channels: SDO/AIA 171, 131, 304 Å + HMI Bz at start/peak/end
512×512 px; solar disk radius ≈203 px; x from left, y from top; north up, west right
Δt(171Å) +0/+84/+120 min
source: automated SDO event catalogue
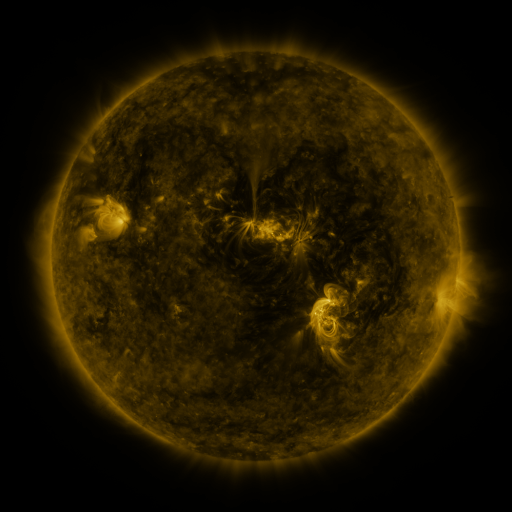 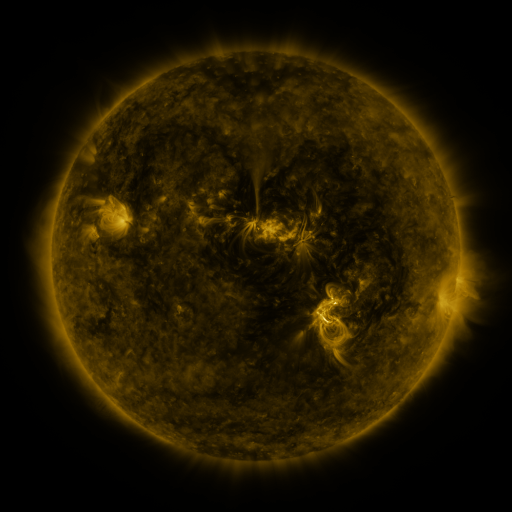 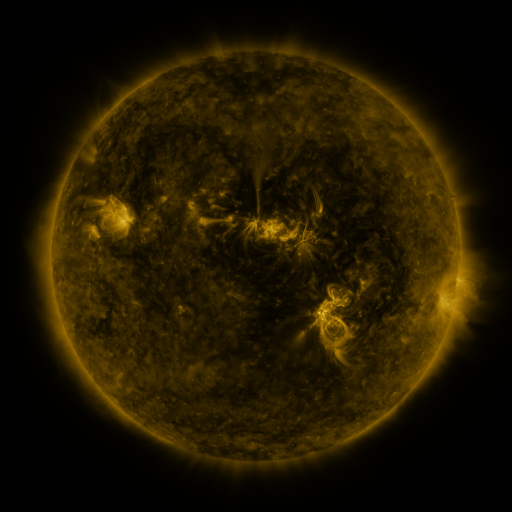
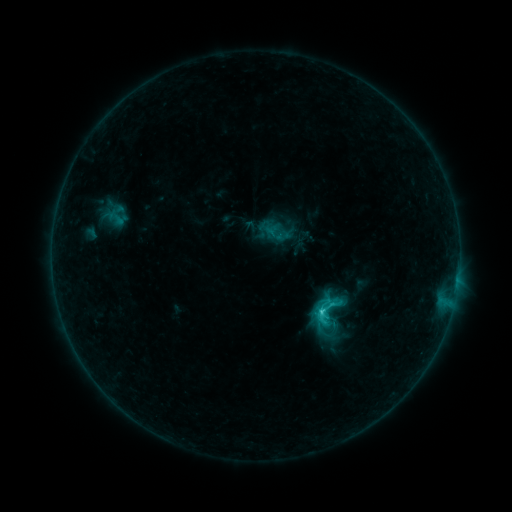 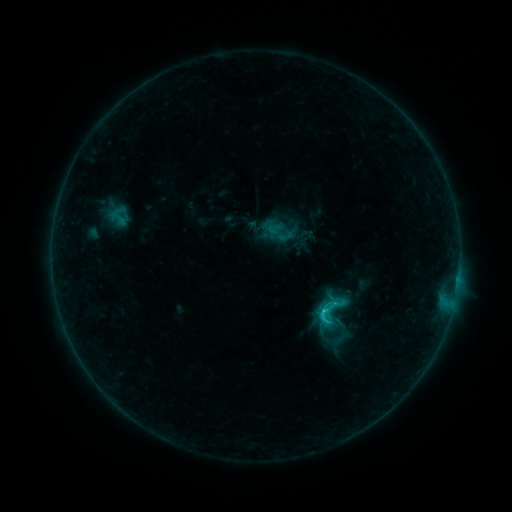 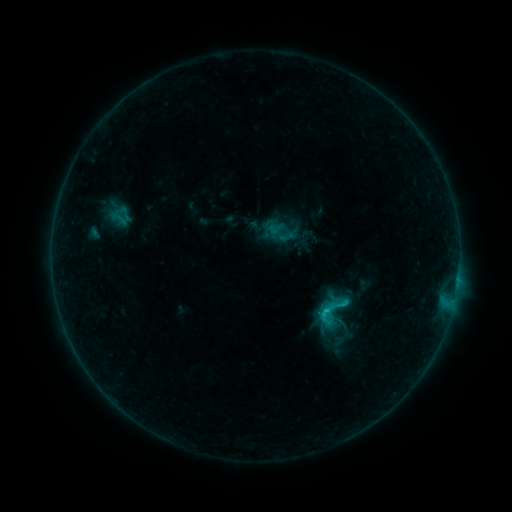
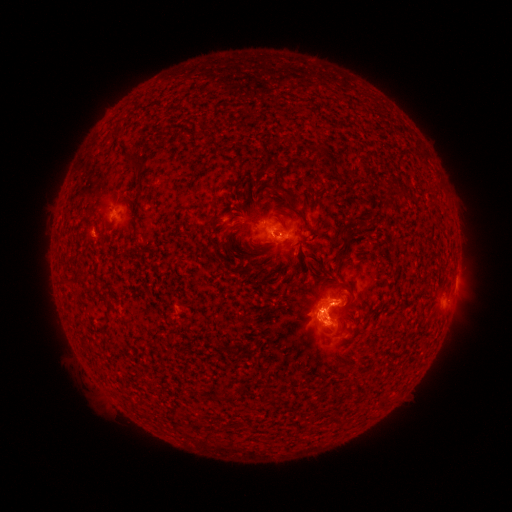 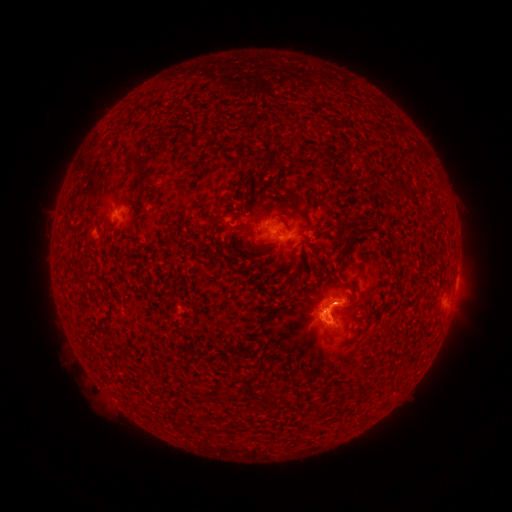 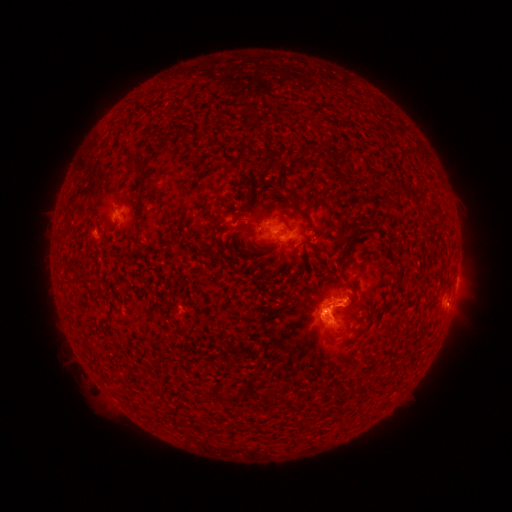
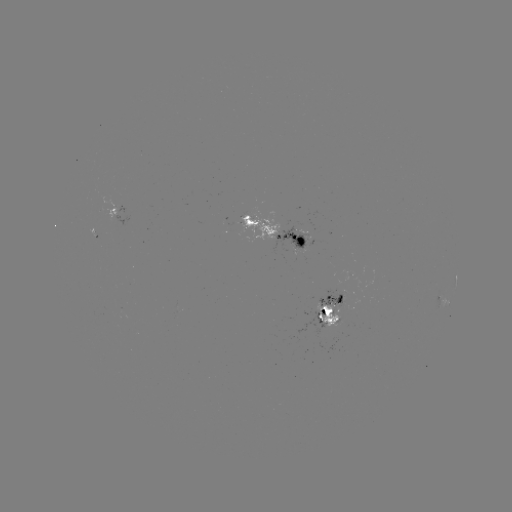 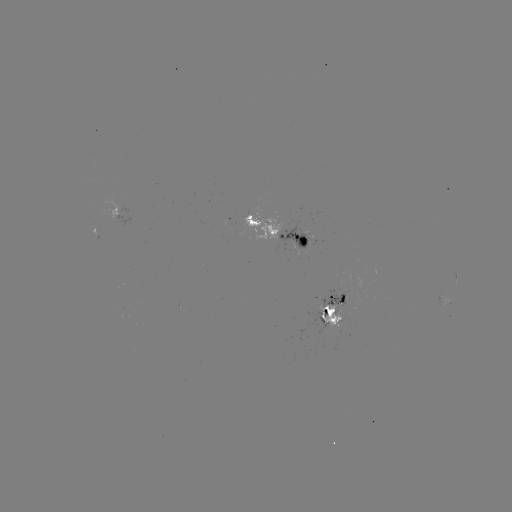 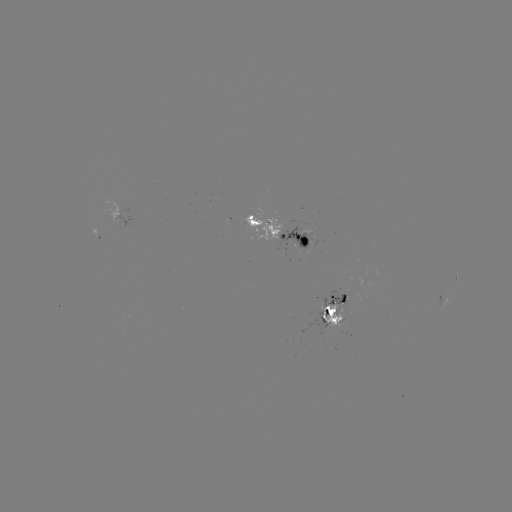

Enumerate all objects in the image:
emerging-flux region: (338, 305)
